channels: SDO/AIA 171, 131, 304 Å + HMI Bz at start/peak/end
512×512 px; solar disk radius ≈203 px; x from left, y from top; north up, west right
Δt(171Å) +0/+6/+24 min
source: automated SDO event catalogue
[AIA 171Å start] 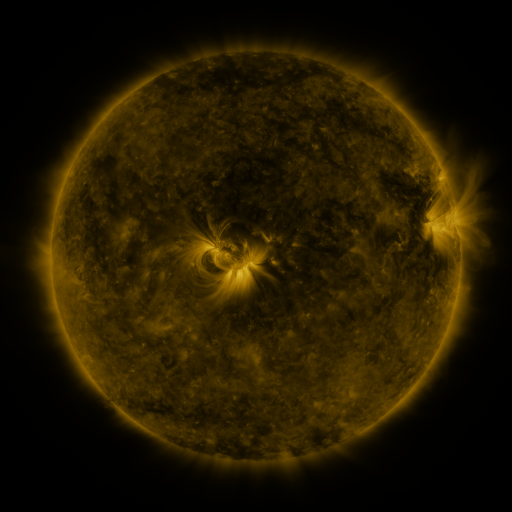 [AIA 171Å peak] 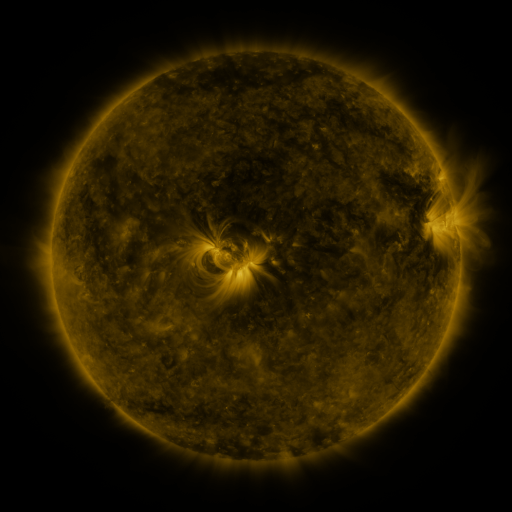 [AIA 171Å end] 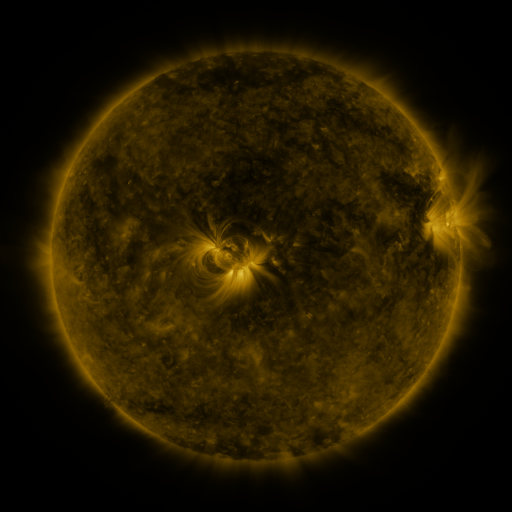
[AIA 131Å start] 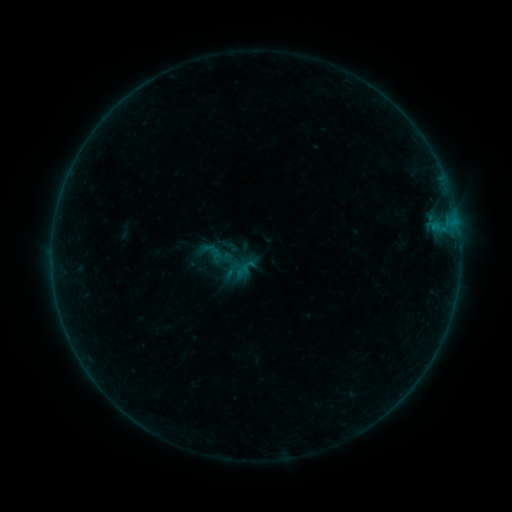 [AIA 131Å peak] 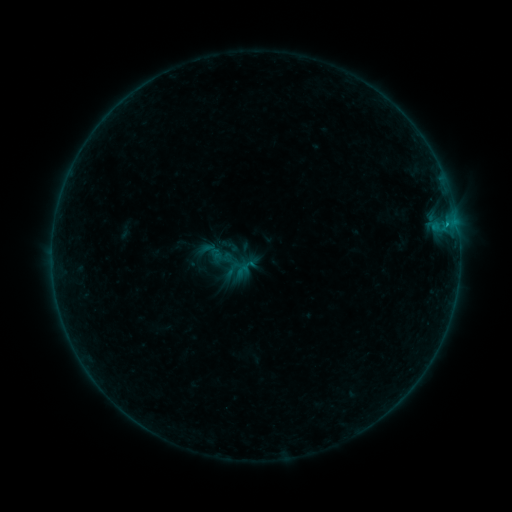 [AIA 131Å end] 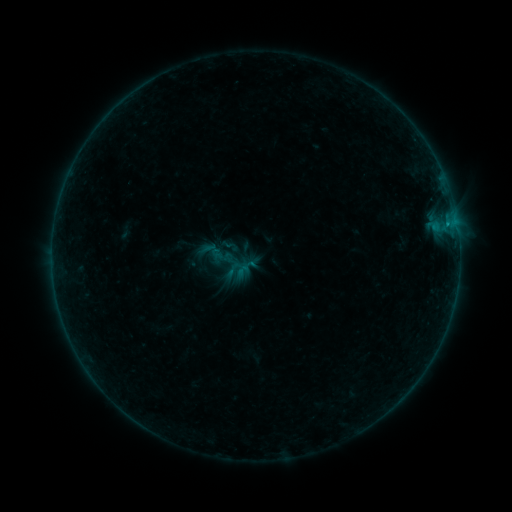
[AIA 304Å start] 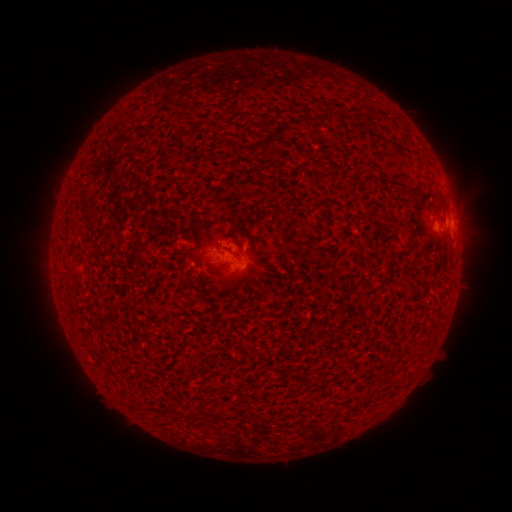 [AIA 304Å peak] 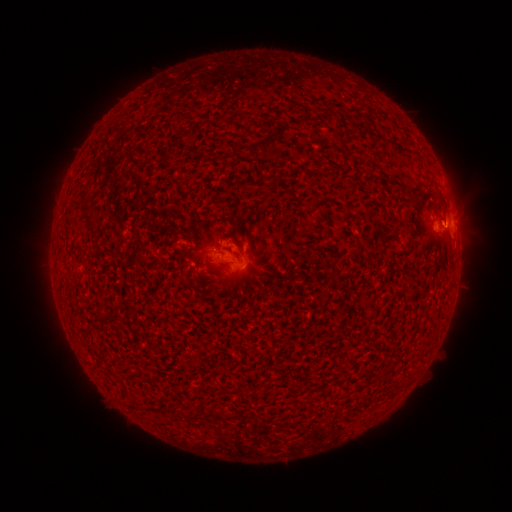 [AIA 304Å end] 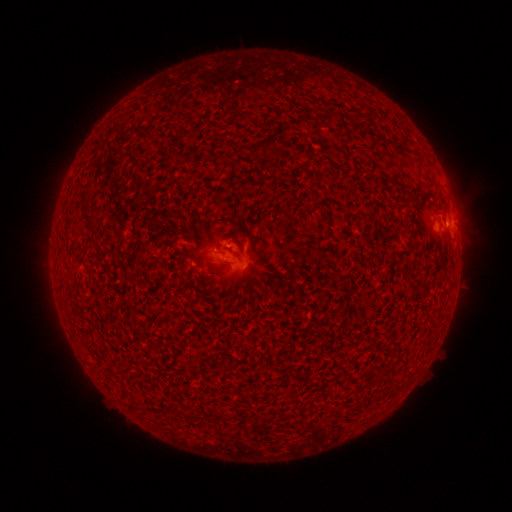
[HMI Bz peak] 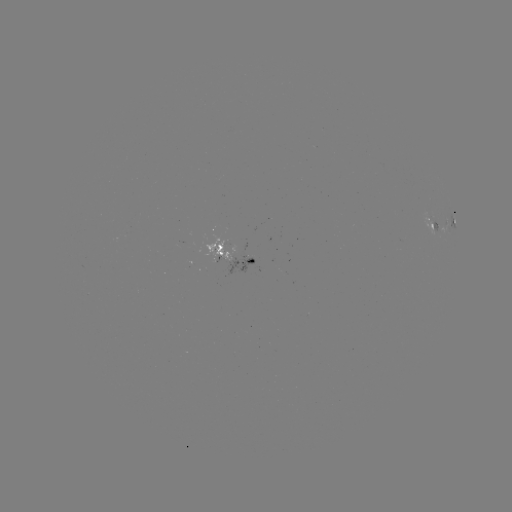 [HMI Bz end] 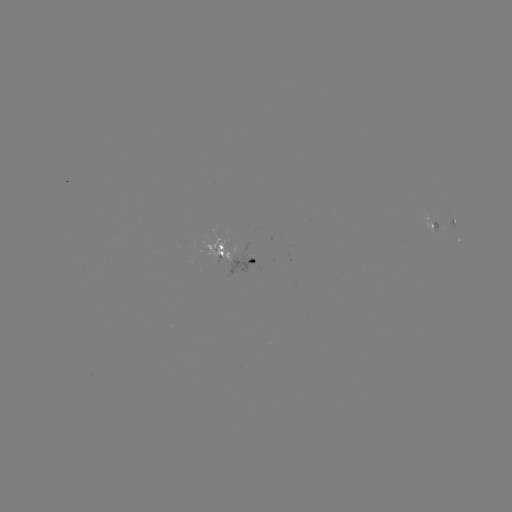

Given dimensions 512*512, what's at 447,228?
B3.7 flare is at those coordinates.